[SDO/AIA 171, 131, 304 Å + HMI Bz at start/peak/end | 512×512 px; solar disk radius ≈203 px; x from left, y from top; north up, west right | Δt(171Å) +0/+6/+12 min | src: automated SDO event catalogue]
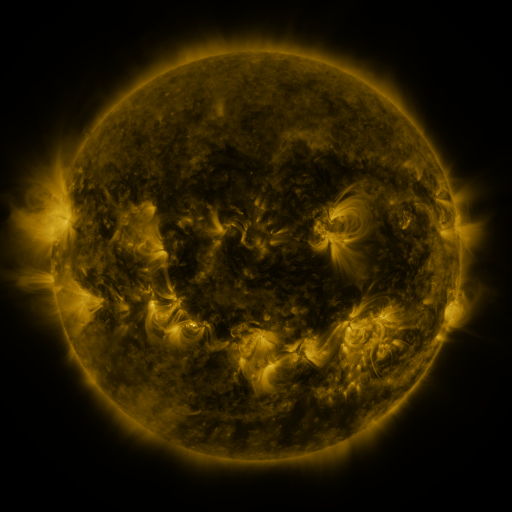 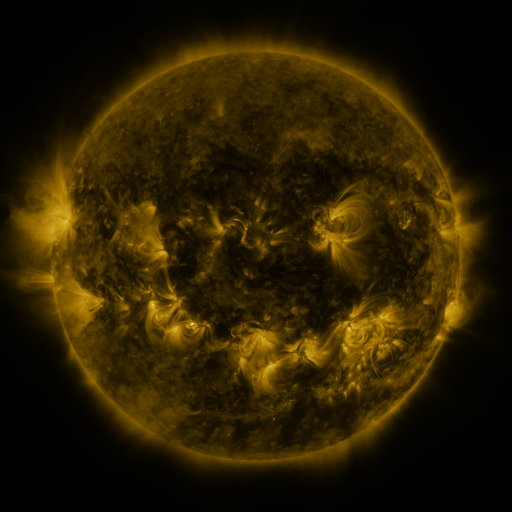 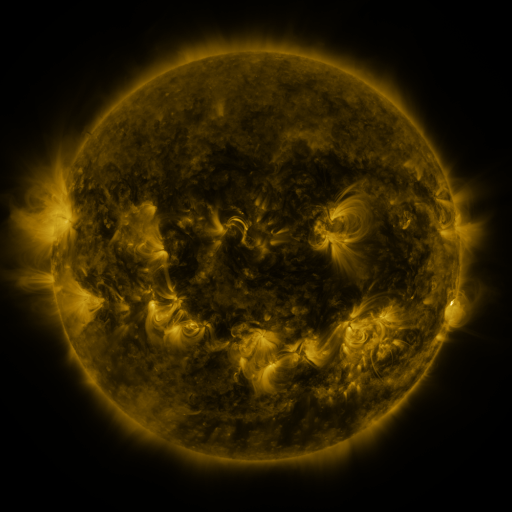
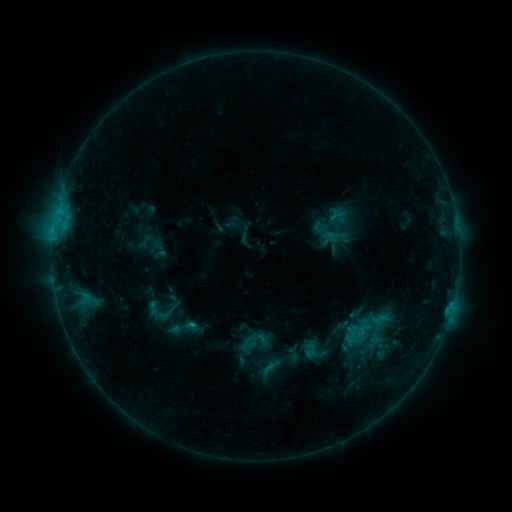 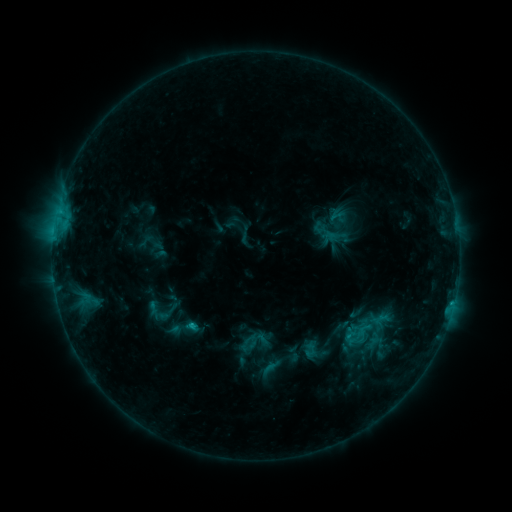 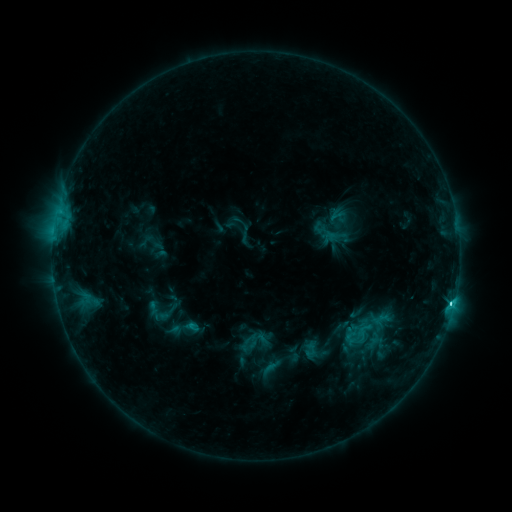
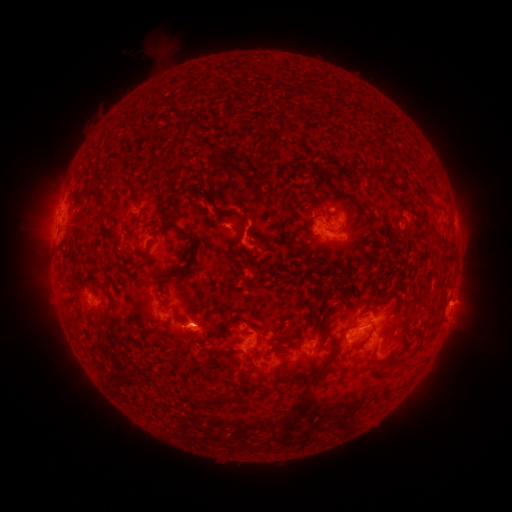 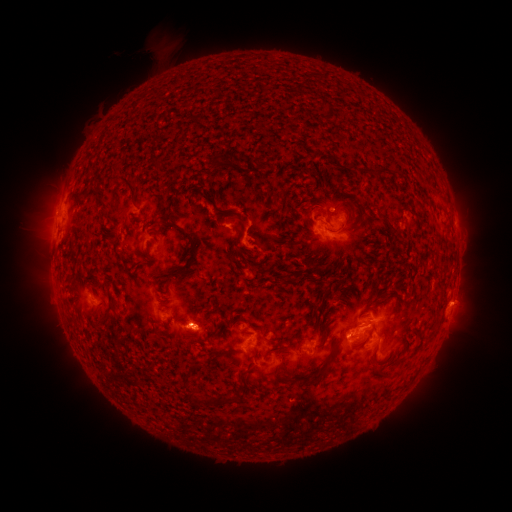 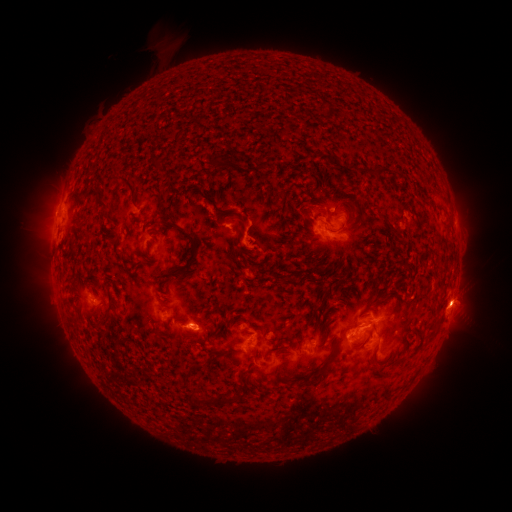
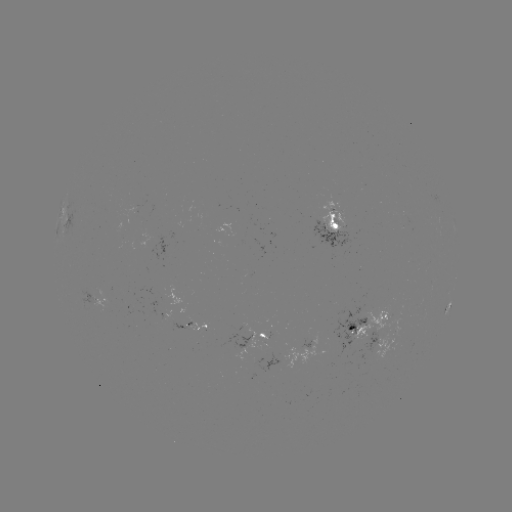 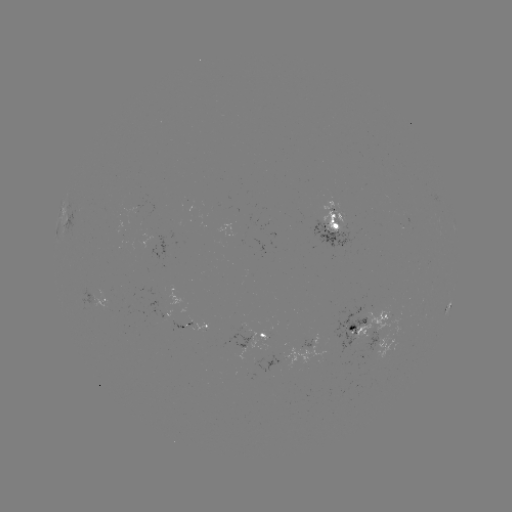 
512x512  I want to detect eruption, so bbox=[431, 273, 491, 329].